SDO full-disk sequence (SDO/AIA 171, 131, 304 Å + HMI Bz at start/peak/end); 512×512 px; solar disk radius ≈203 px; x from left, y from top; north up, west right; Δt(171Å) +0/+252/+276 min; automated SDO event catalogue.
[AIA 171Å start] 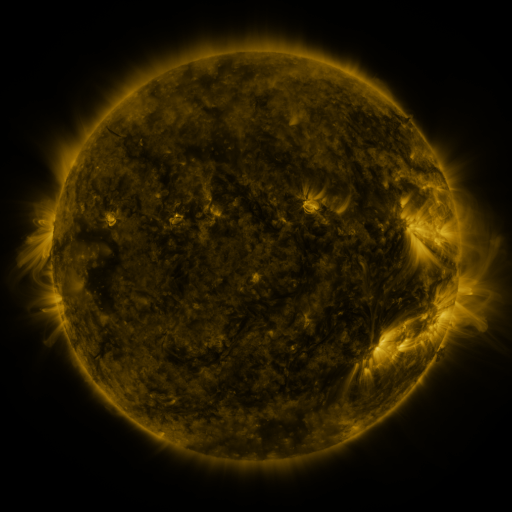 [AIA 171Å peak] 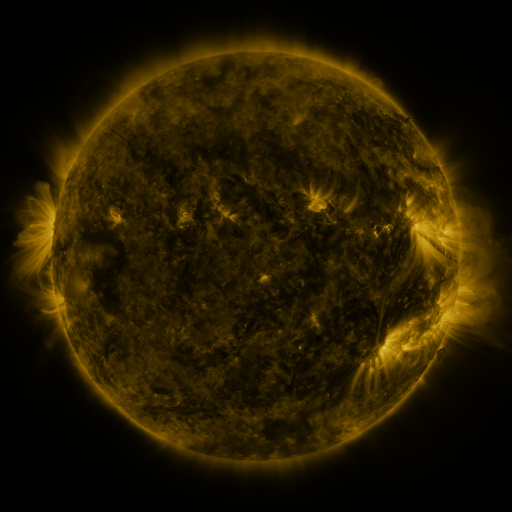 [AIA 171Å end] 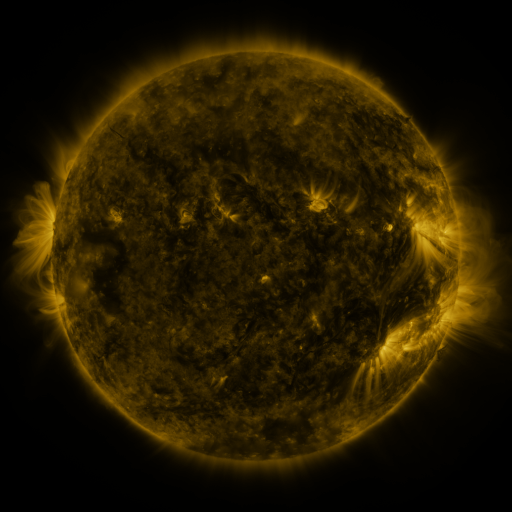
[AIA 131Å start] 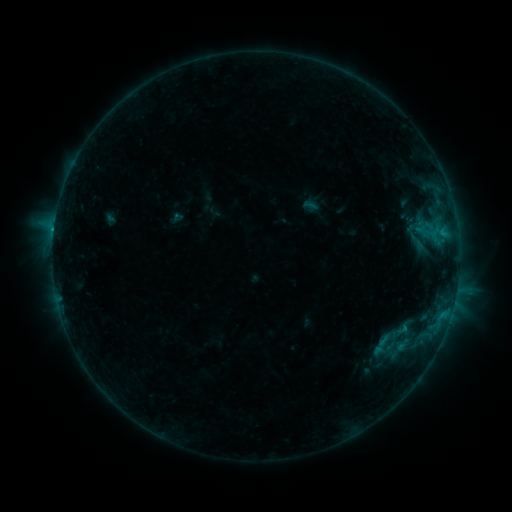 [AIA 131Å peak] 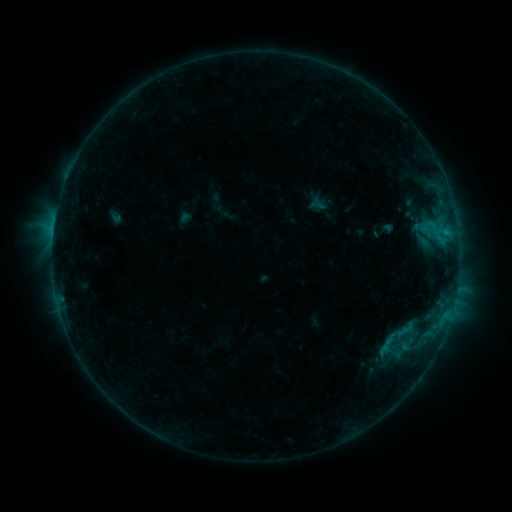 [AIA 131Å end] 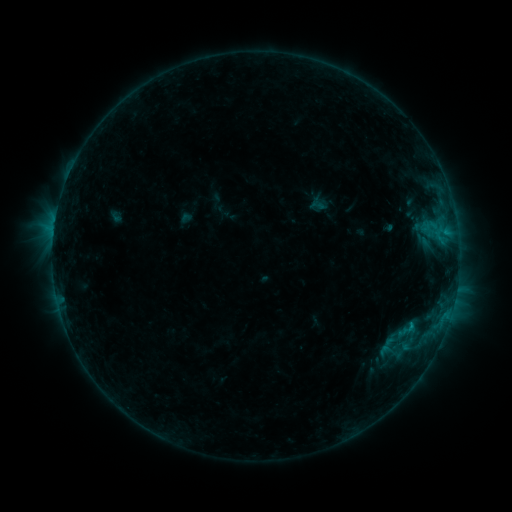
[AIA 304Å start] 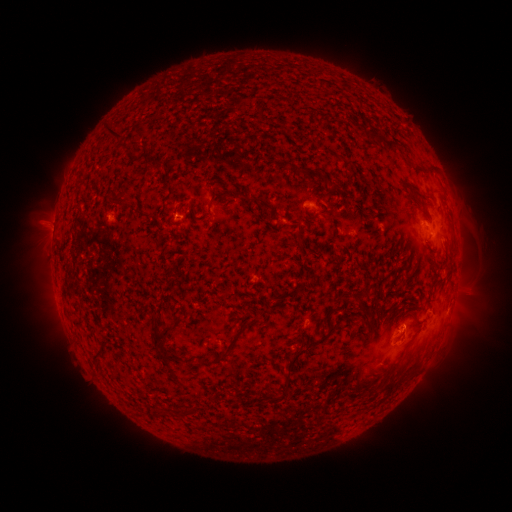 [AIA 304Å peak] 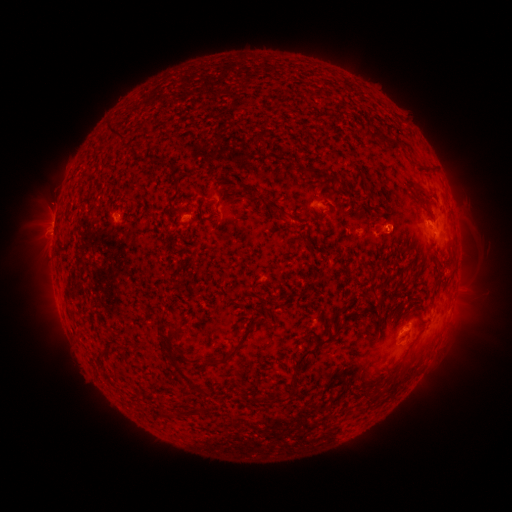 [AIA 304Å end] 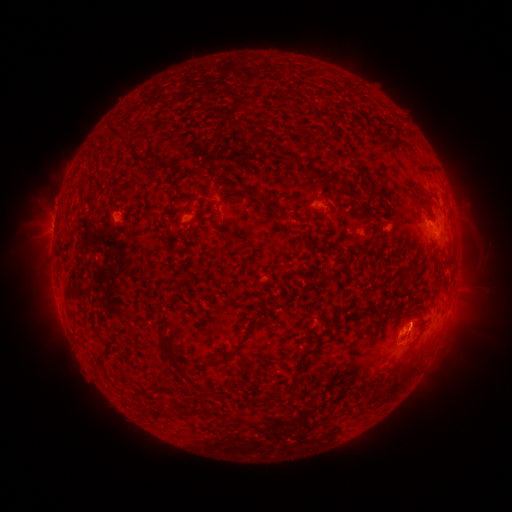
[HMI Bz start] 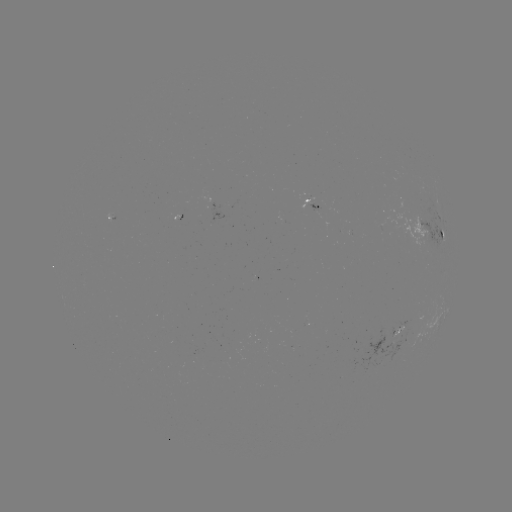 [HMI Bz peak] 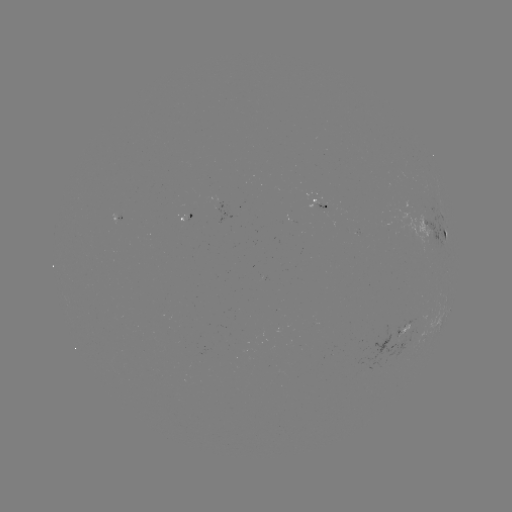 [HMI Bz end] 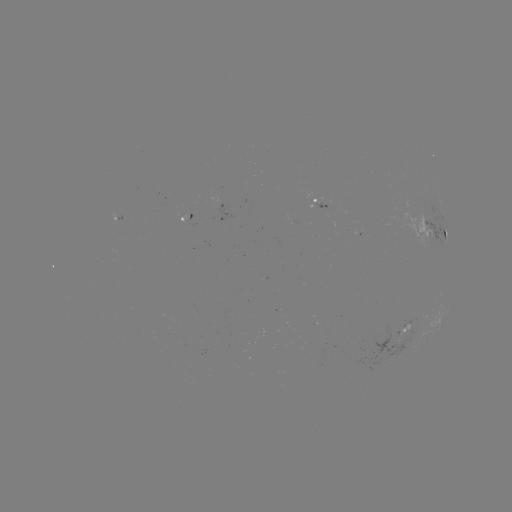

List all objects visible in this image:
emerging-flux region: (397, 336)
